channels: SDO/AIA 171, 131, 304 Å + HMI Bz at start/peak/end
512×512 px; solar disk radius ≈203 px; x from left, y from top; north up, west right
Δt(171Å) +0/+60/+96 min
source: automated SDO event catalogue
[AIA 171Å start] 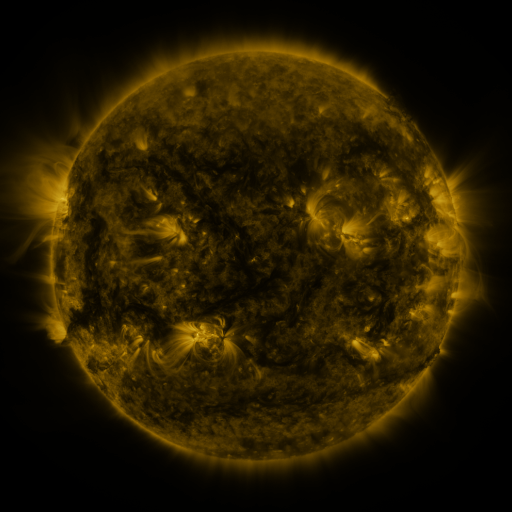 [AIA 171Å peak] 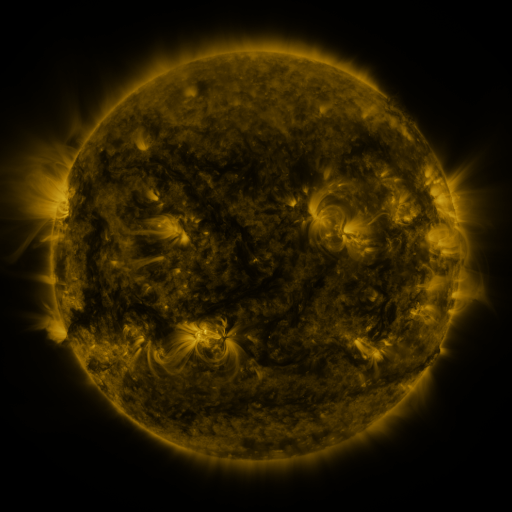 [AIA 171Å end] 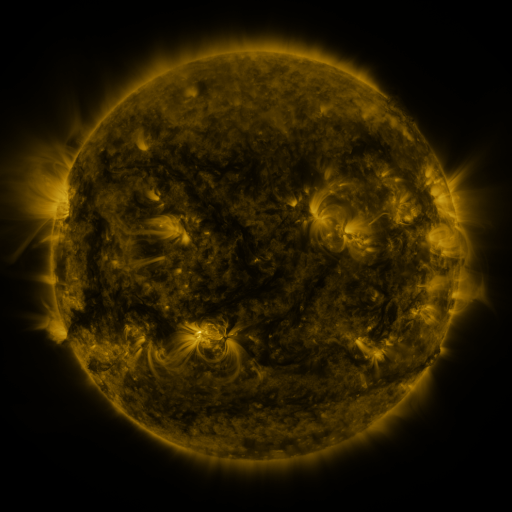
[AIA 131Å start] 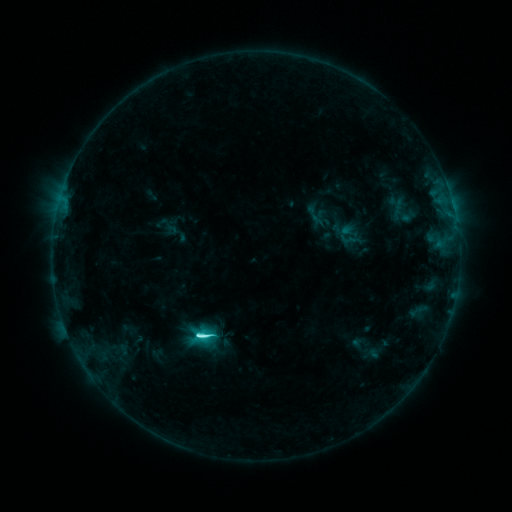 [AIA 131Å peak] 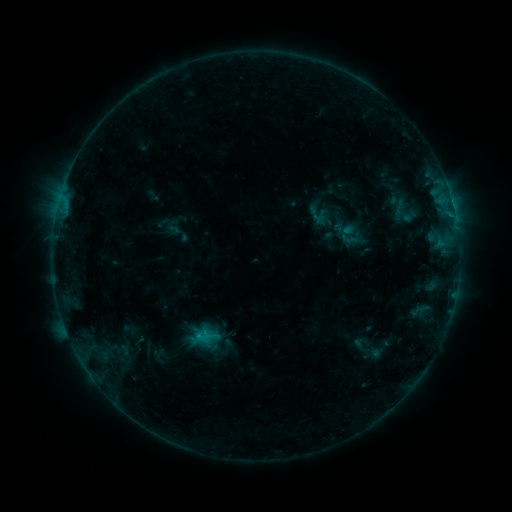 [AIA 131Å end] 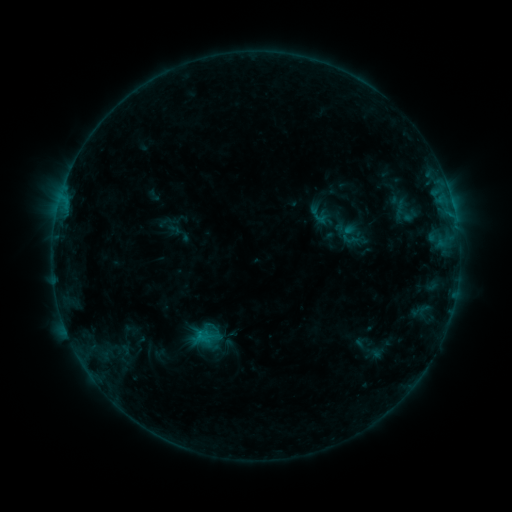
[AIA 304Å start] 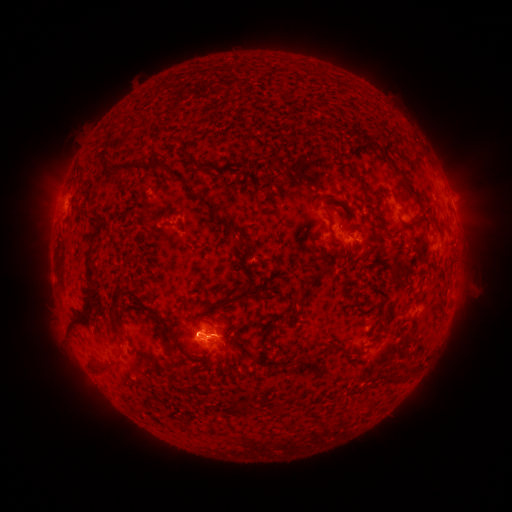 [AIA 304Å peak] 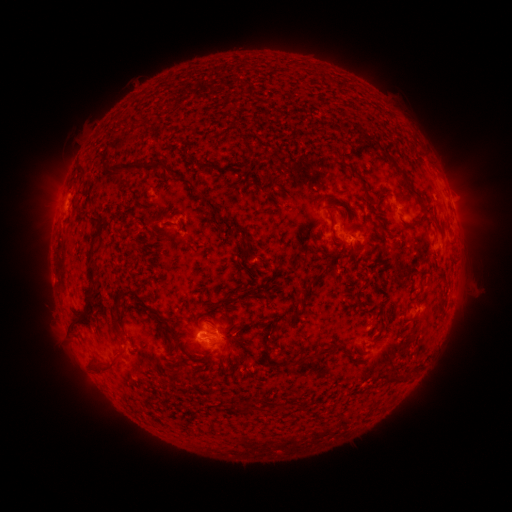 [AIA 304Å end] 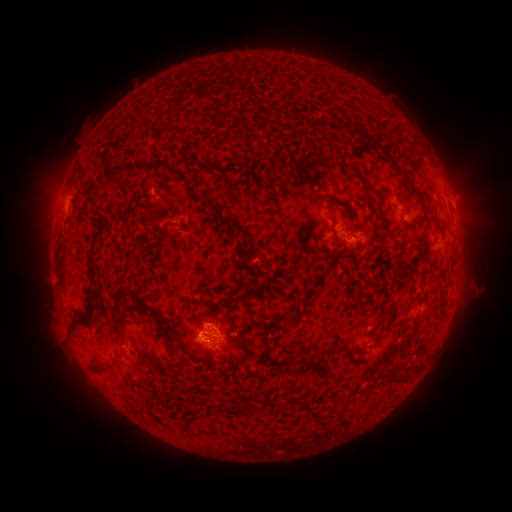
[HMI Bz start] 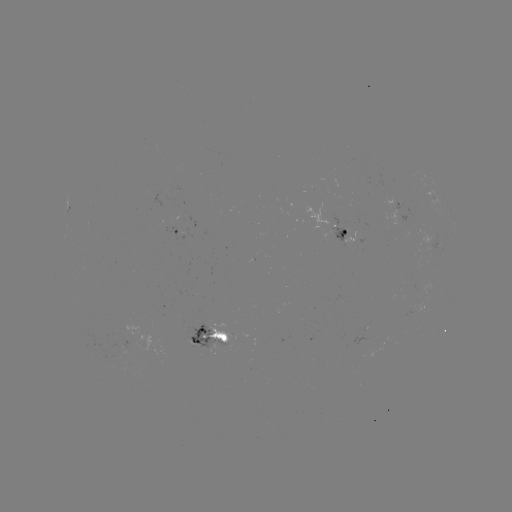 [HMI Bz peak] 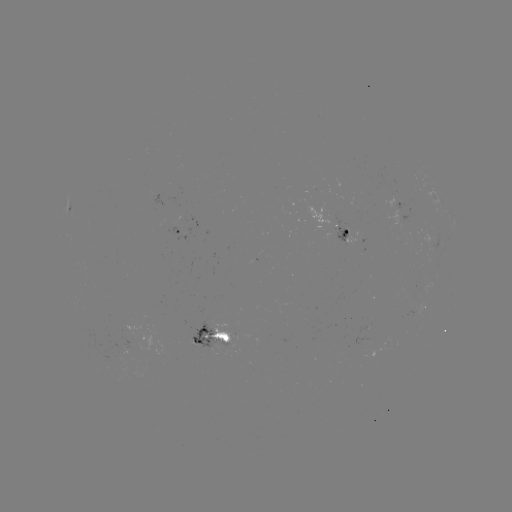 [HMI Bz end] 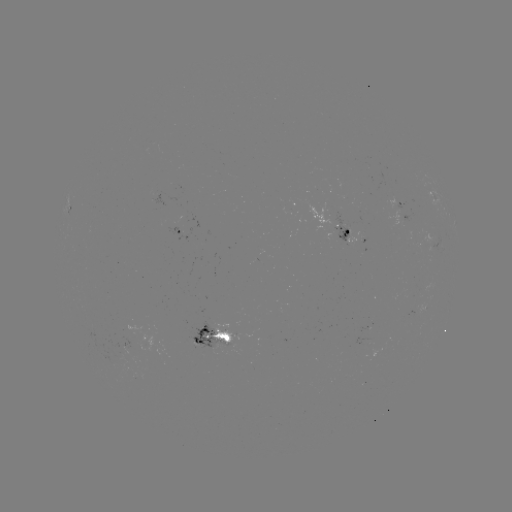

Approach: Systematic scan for emerging-flux region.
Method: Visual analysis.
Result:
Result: emerging-flux region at [209, 341].